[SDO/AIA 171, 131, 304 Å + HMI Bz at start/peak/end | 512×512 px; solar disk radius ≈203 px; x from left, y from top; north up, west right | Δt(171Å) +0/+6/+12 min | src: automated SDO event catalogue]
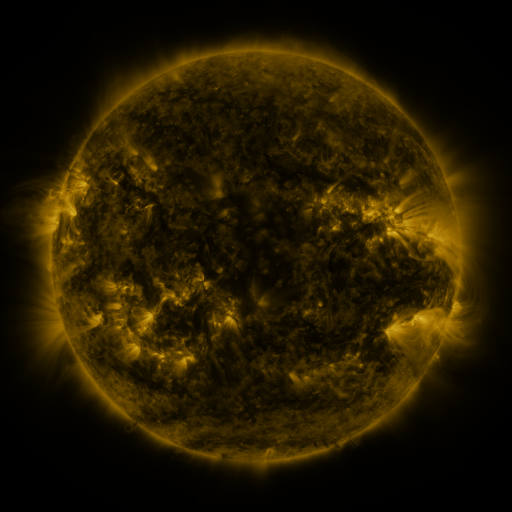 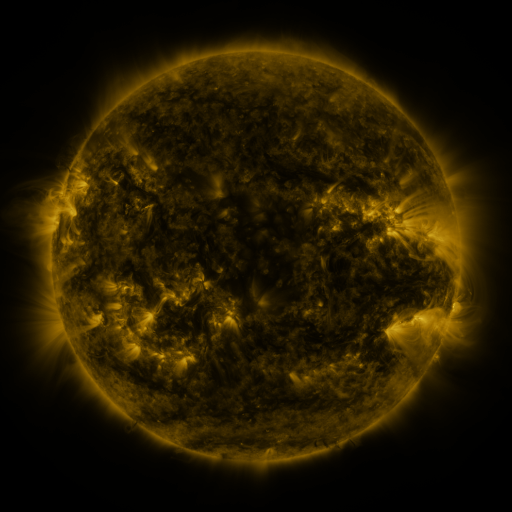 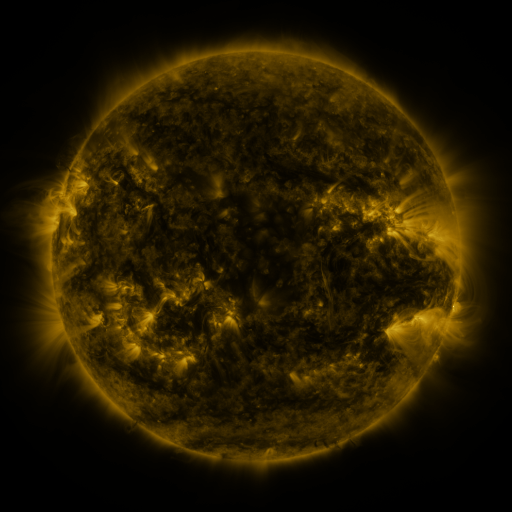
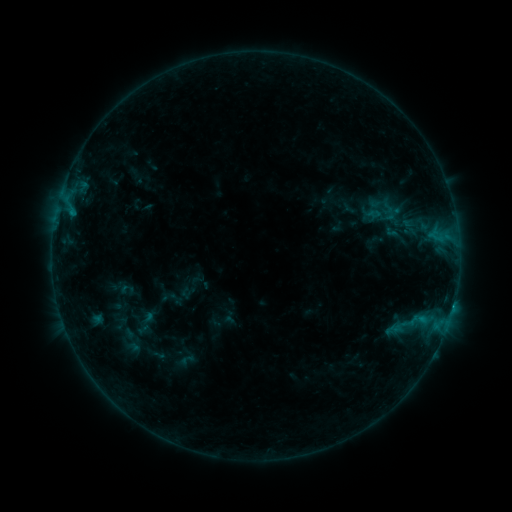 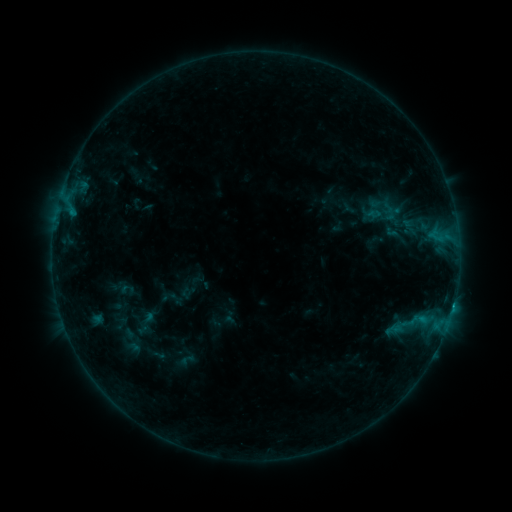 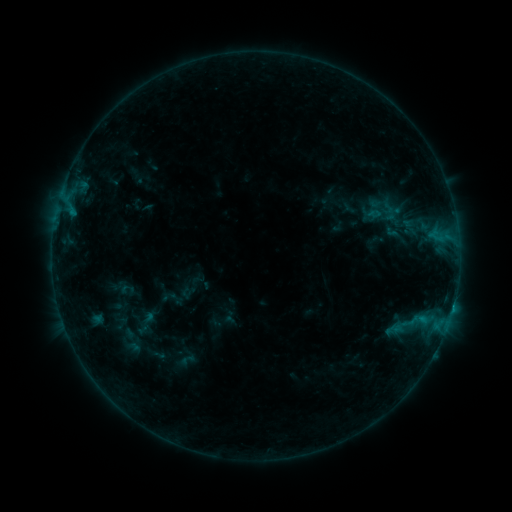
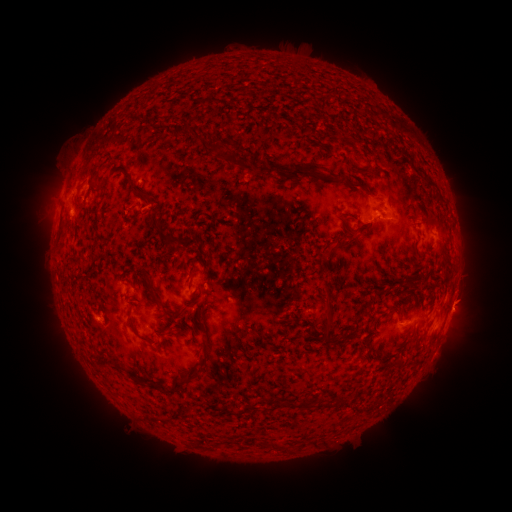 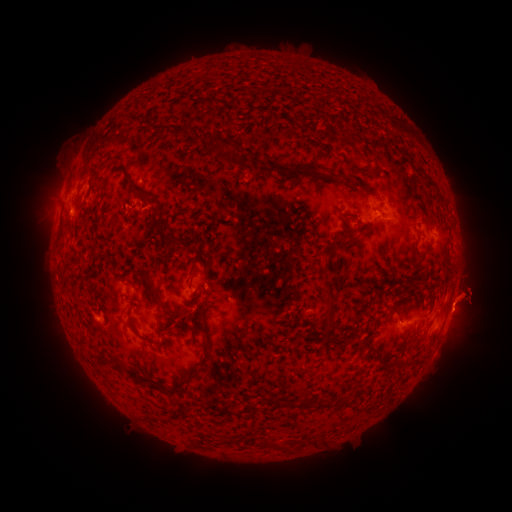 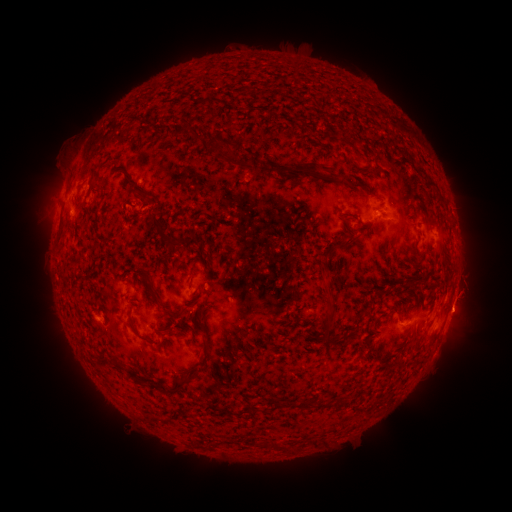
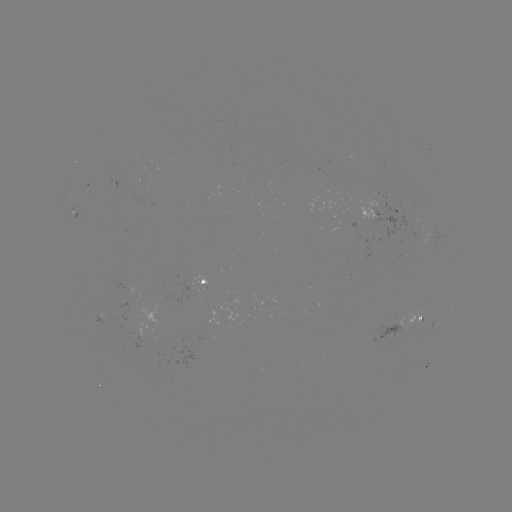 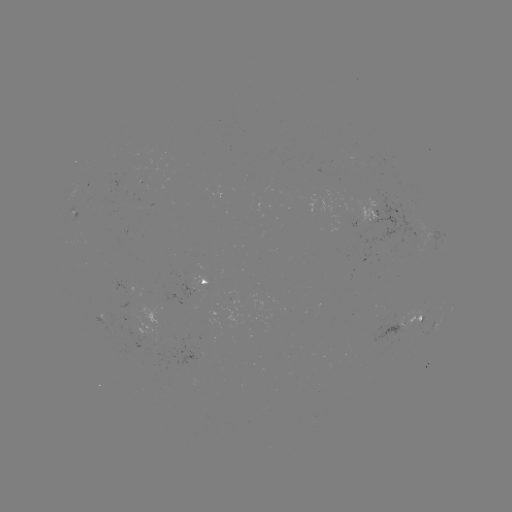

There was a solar eruption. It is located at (473, 289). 